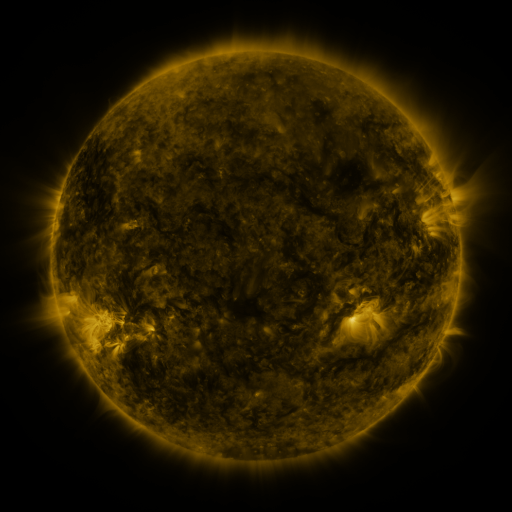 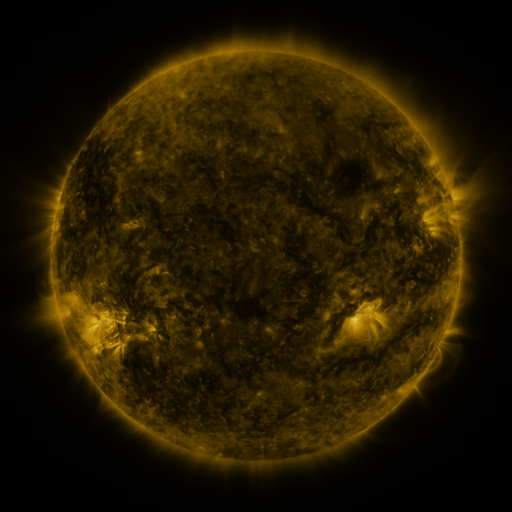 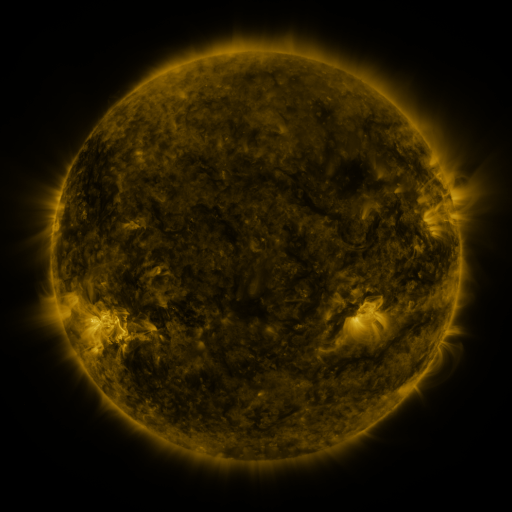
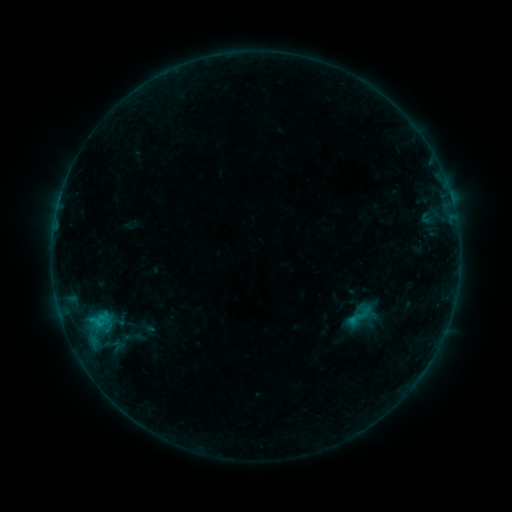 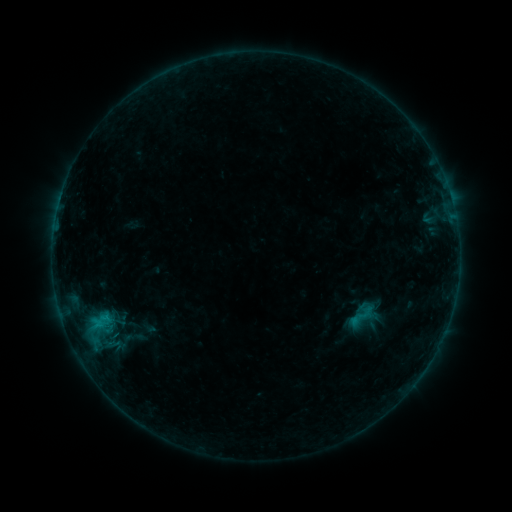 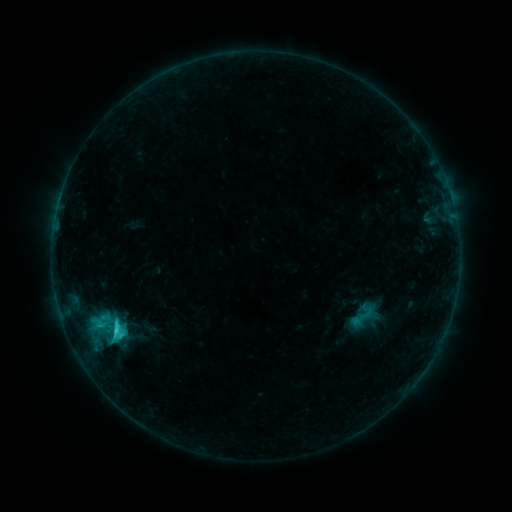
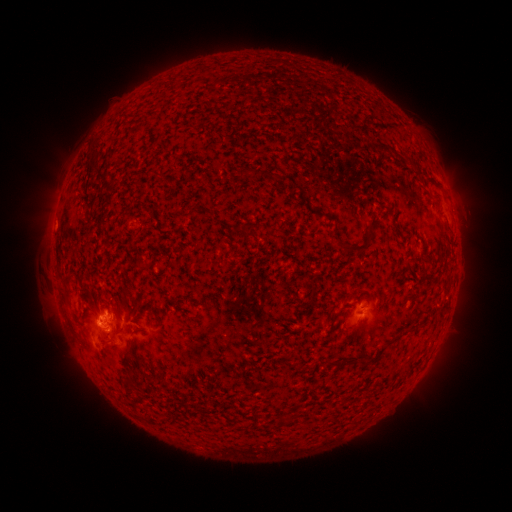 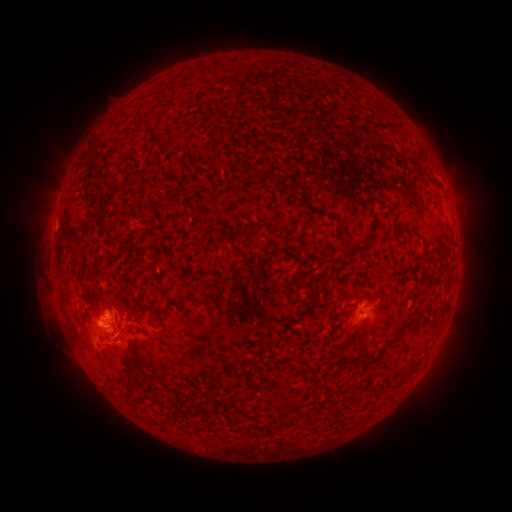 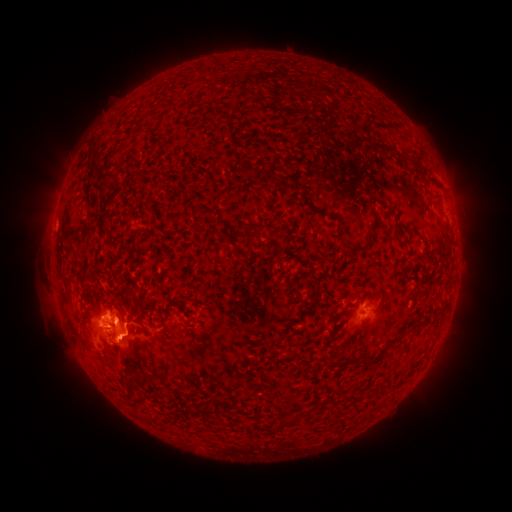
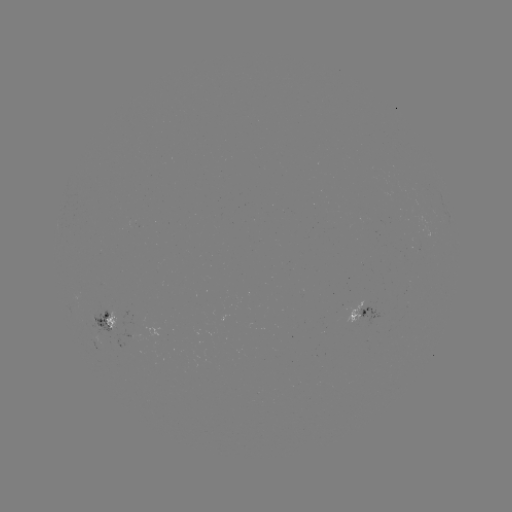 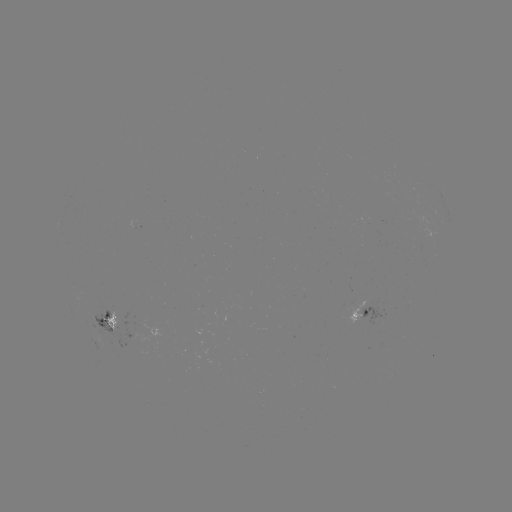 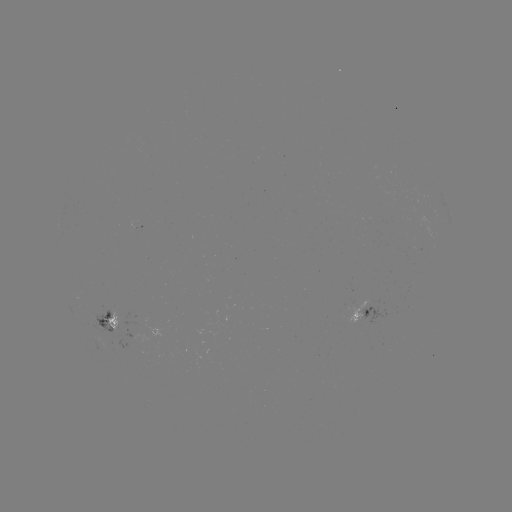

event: emerging-flux region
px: (103, 310)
